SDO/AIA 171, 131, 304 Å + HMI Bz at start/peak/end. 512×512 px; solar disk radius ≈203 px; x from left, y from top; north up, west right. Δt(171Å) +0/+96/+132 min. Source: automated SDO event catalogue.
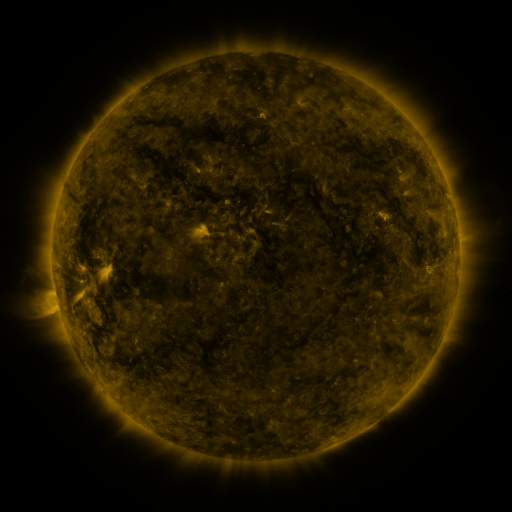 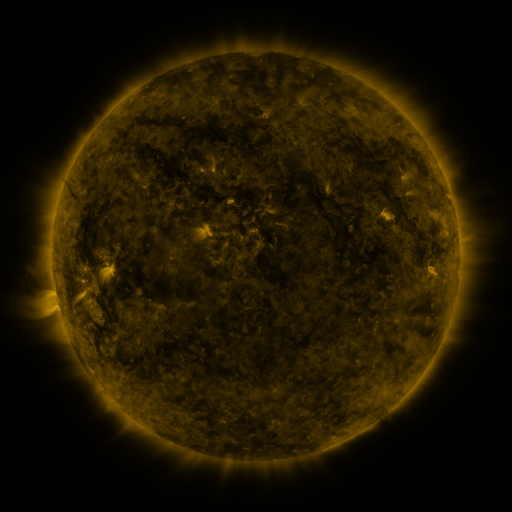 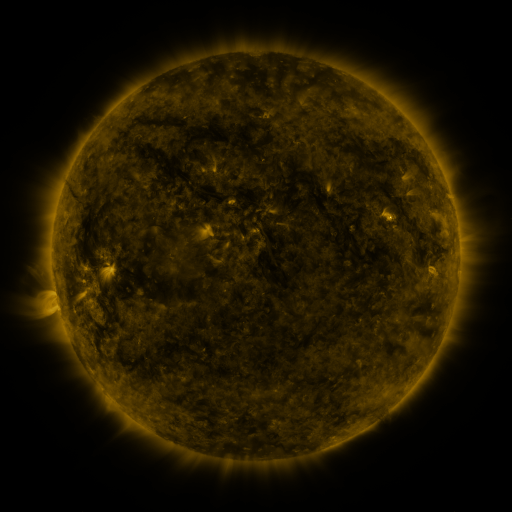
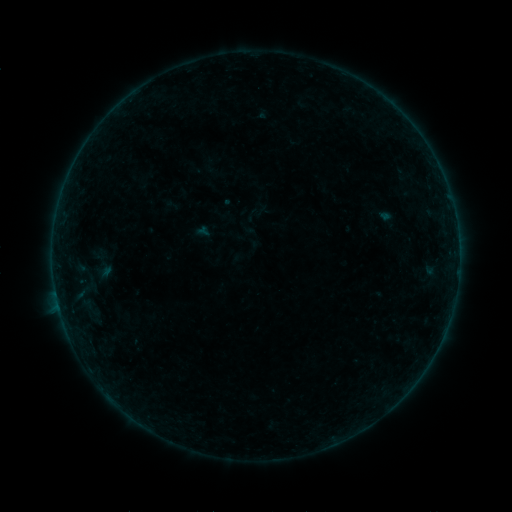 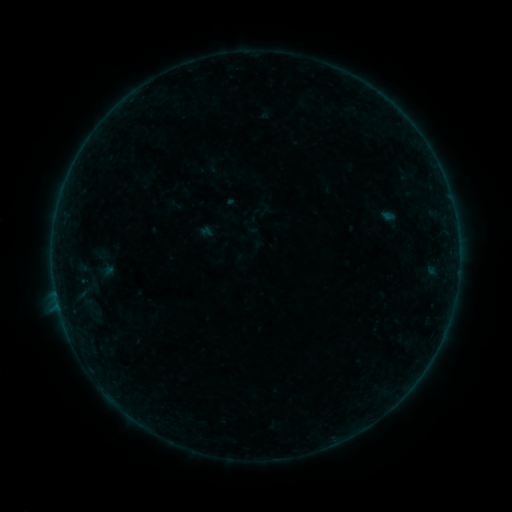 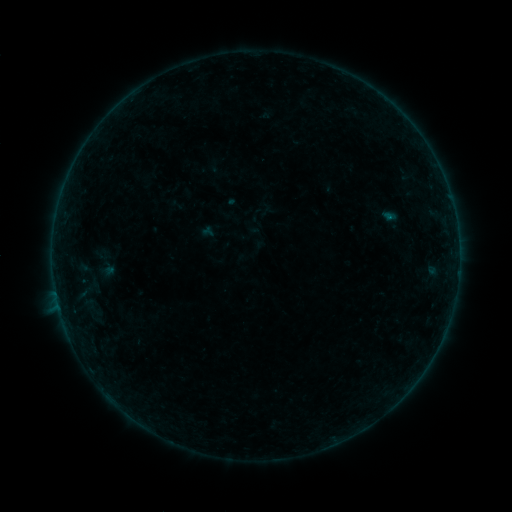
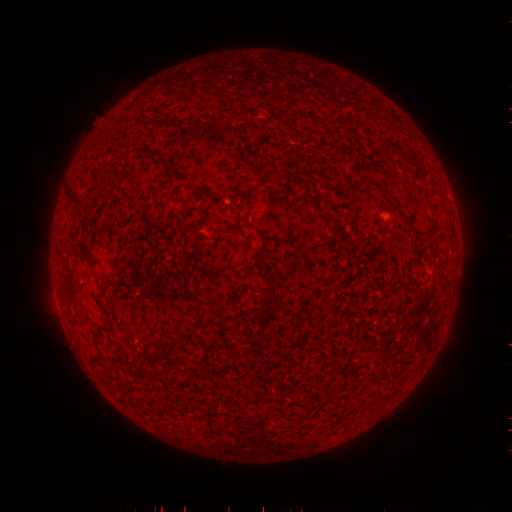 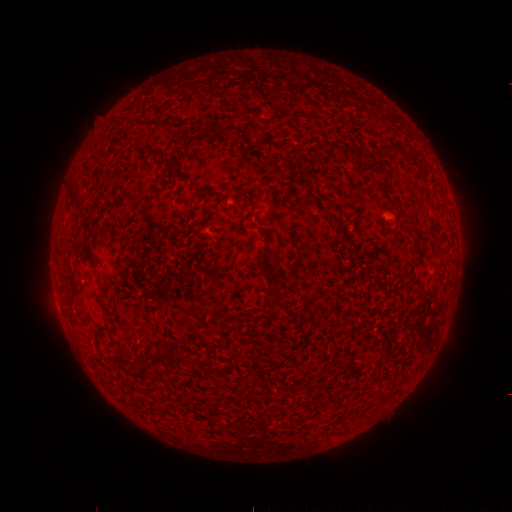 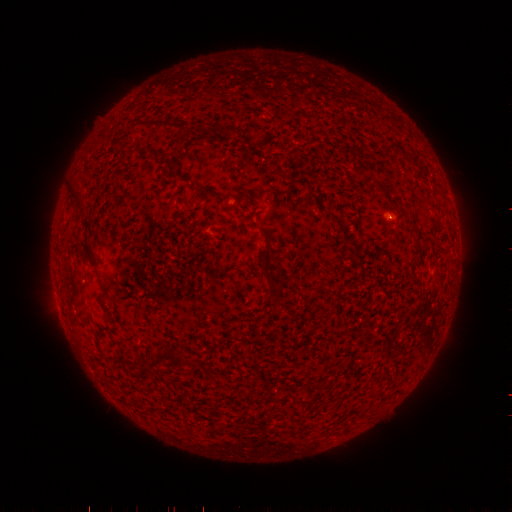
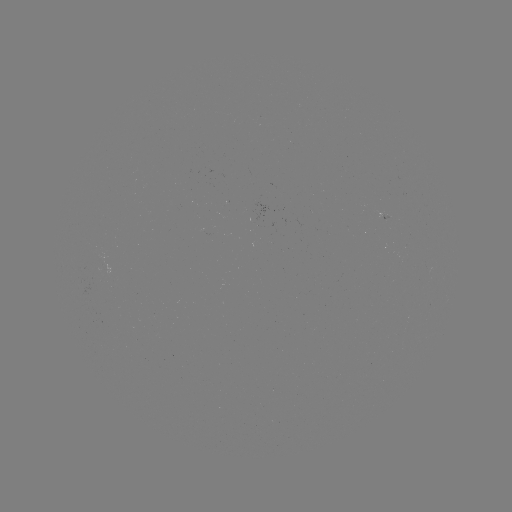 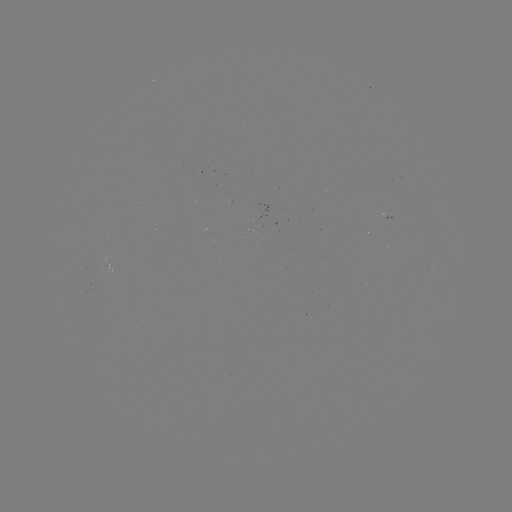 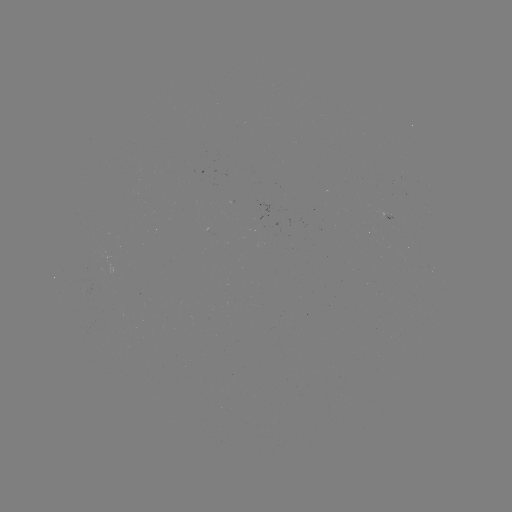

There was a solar emerging-flux region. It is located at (403, 198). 